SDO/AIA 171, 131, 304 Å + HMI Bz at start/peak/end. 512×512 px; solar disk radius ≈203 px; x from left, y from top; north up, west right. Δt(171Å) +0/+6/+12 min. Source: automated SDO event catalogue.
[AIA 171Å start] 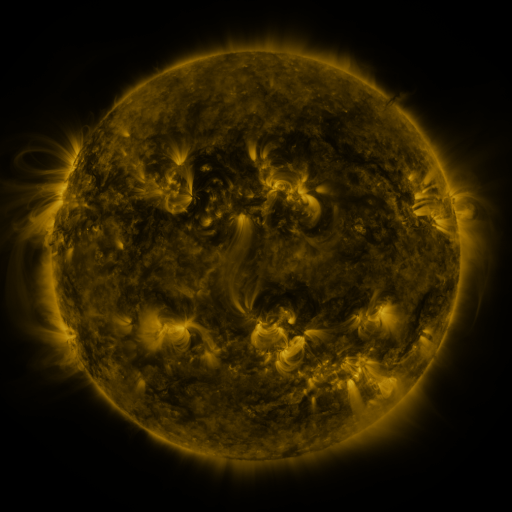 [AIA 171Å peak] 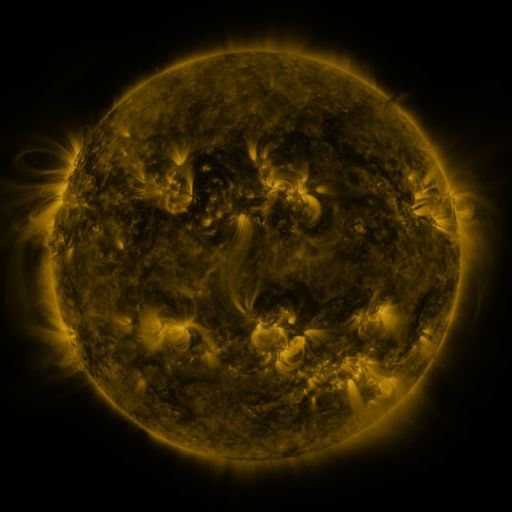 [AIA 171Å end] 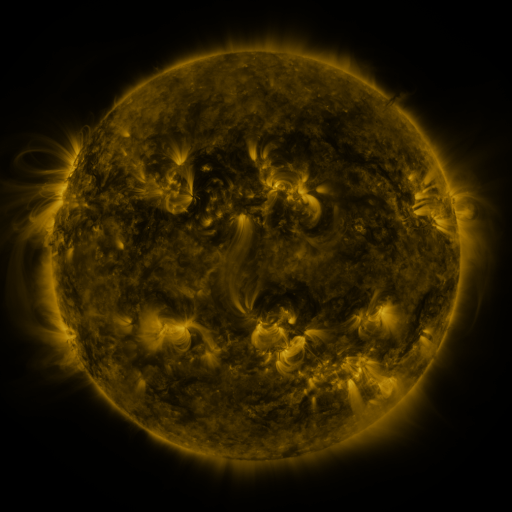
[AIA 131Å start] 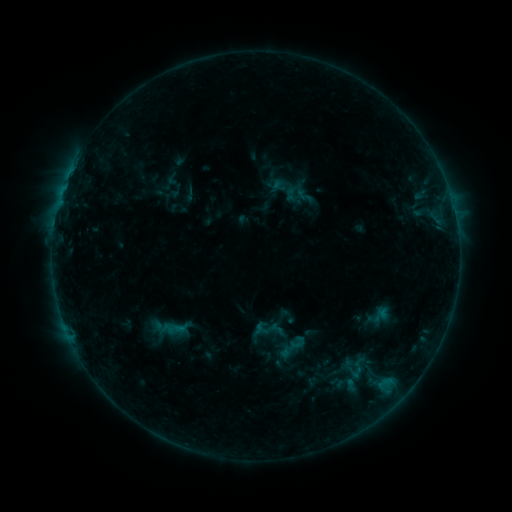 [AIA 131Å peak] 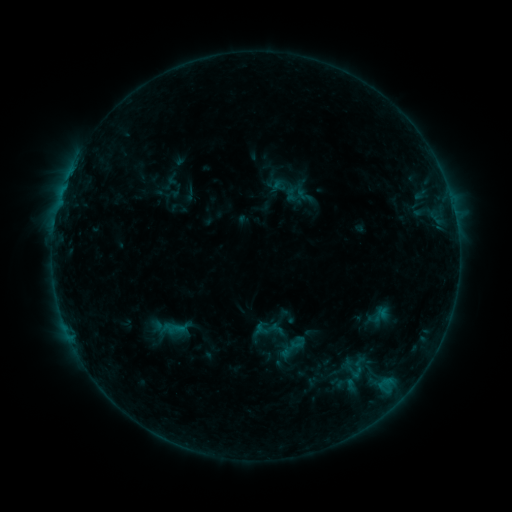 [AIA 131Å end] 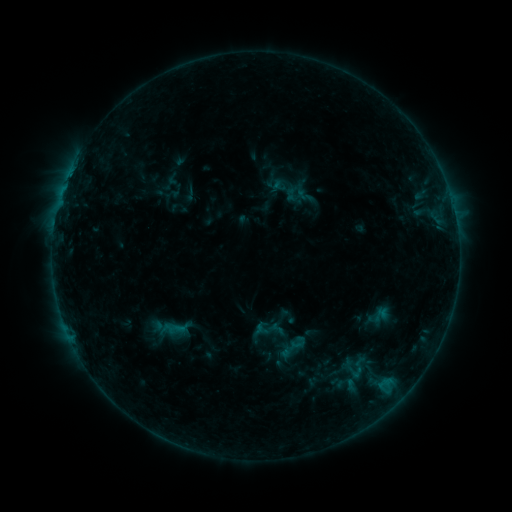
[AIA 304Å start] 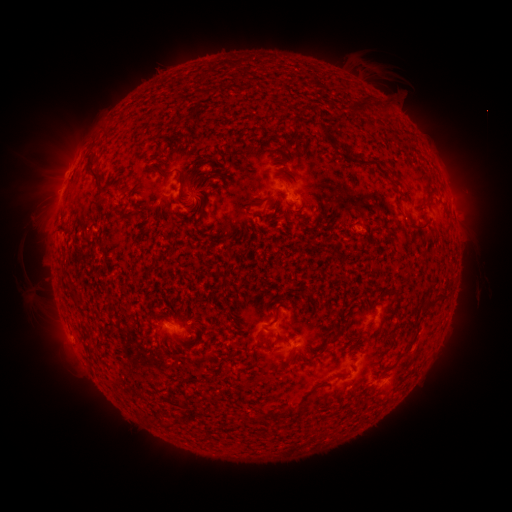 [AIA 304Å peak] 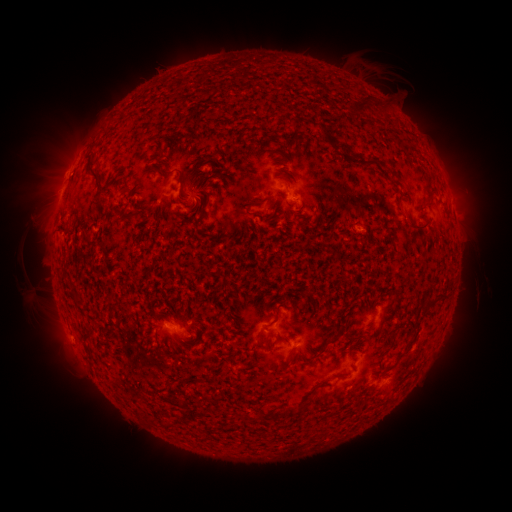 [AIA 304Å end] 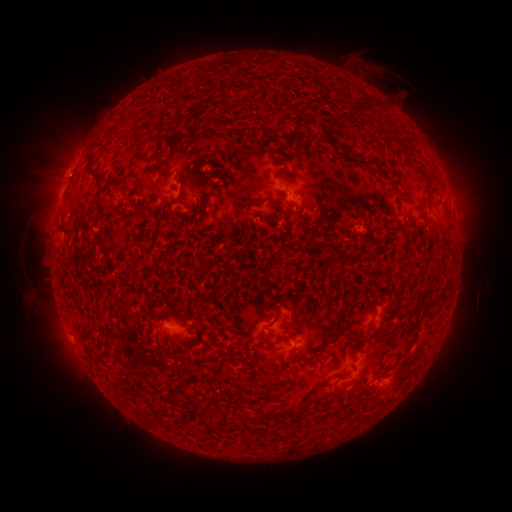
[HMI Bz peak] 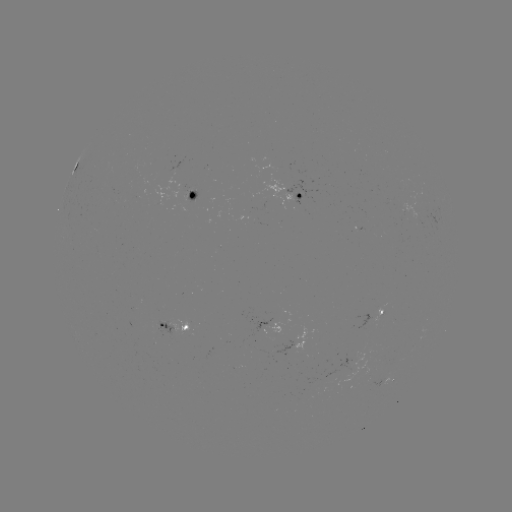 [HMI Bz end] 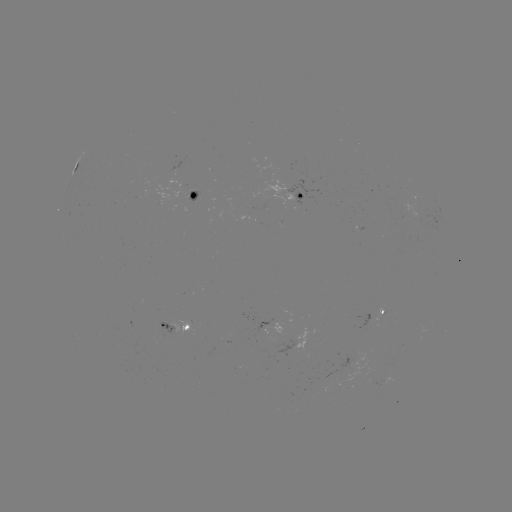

no catalogued flare and no flagged EUV brightening in this window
